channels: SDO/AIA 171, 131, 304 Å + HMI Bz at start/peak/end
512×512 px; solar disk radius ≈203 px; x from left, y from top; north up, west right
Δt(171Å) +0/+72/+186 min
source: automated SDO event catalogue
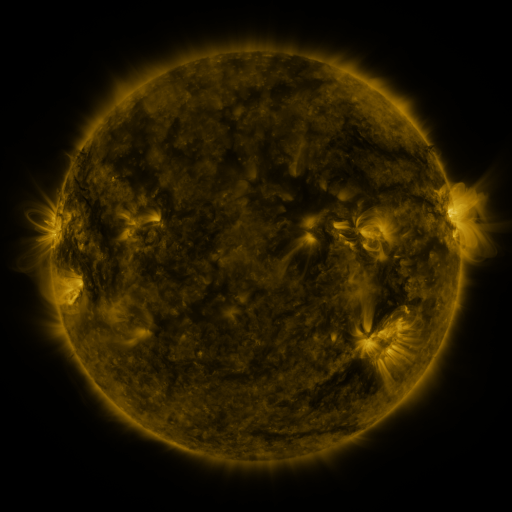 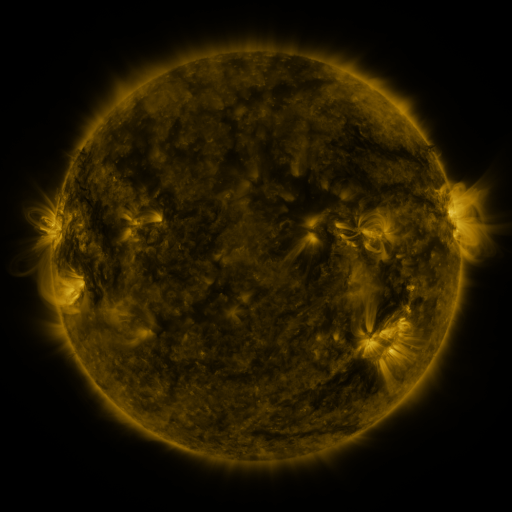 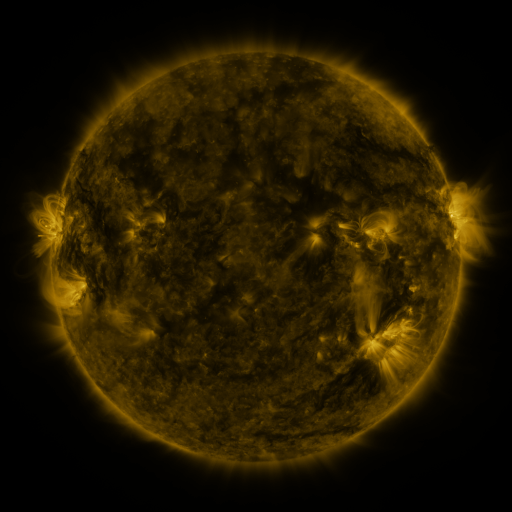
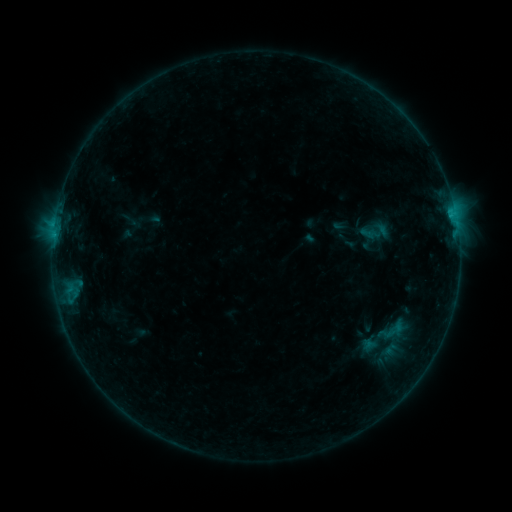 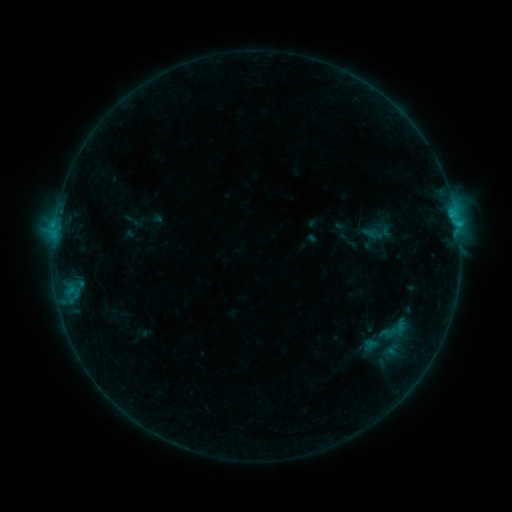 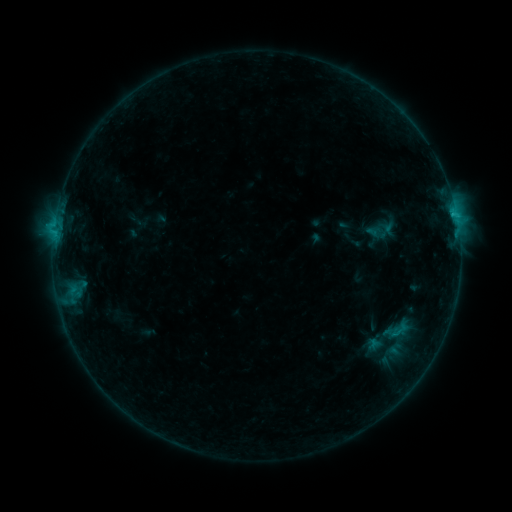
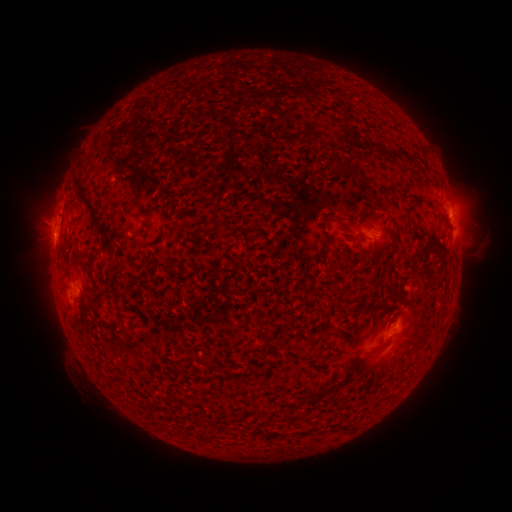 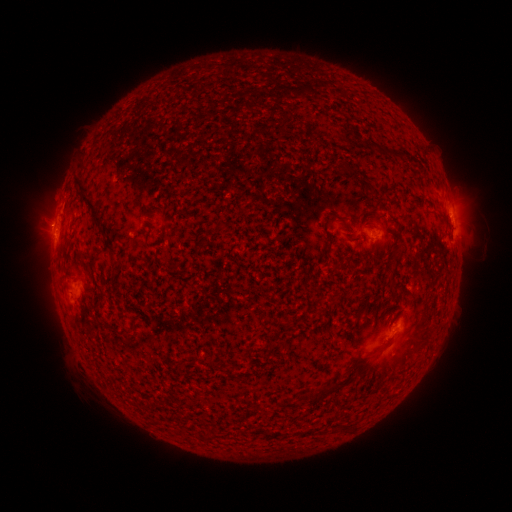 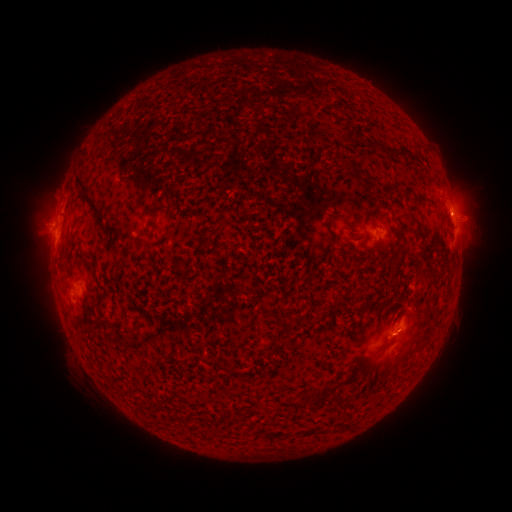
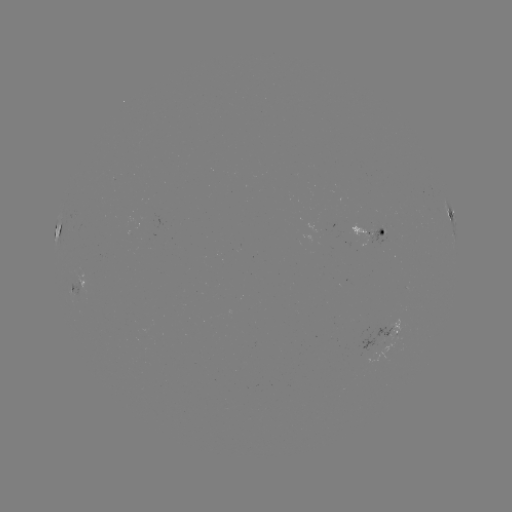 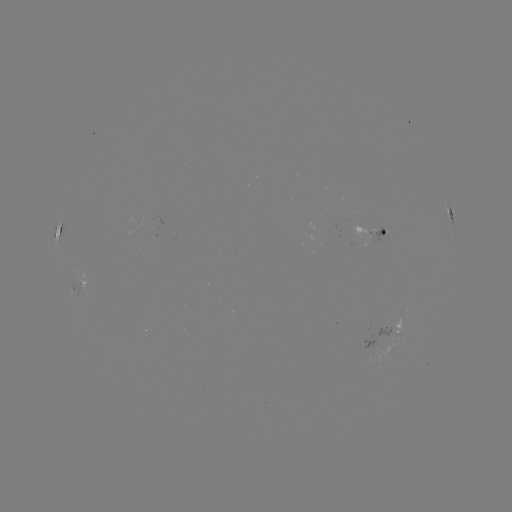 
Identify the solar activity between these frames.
emerging-flux region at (373, 239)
